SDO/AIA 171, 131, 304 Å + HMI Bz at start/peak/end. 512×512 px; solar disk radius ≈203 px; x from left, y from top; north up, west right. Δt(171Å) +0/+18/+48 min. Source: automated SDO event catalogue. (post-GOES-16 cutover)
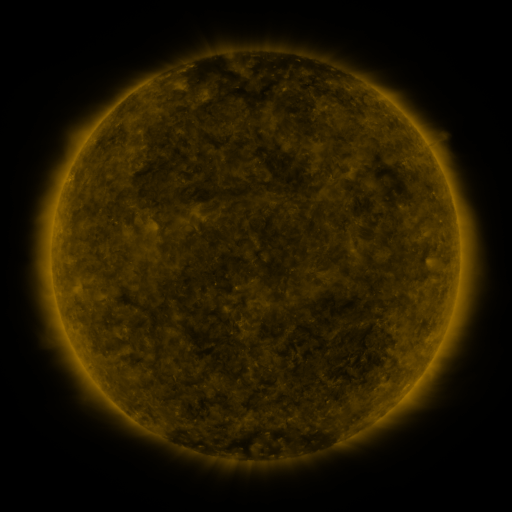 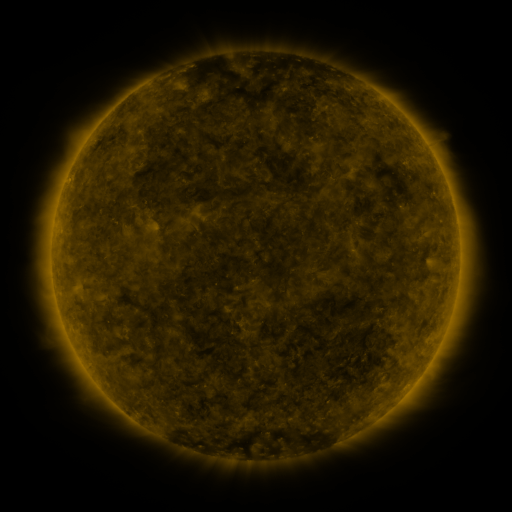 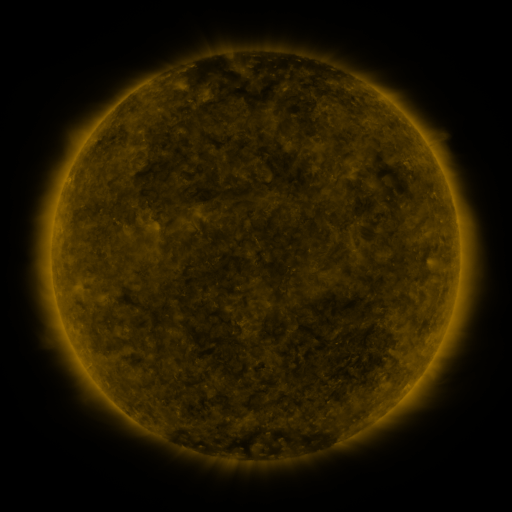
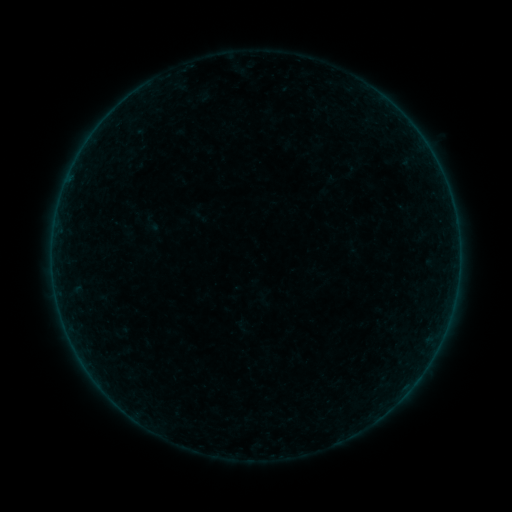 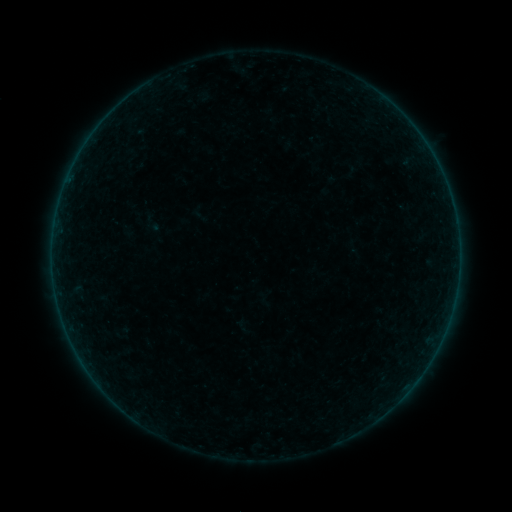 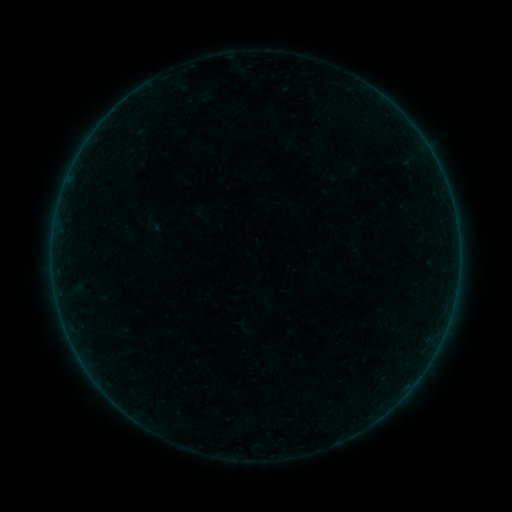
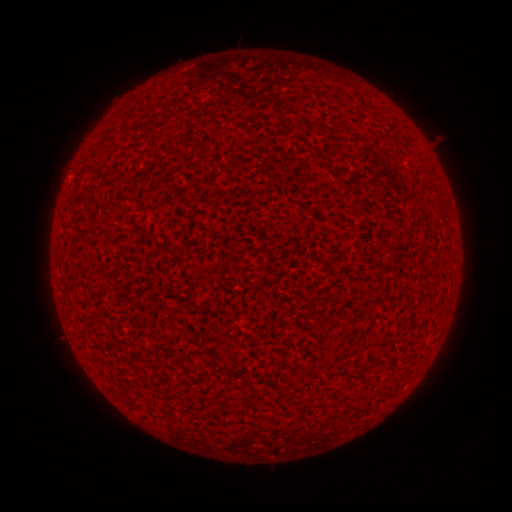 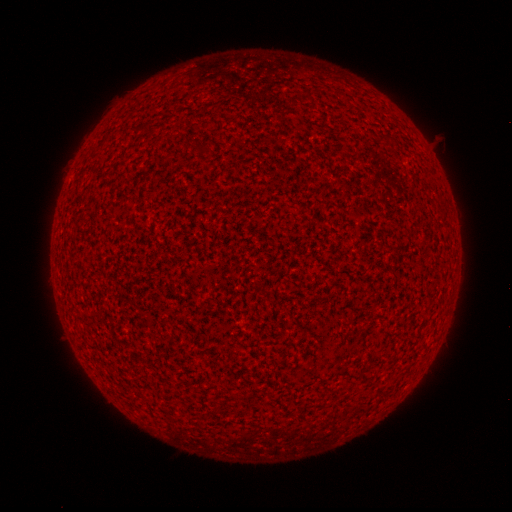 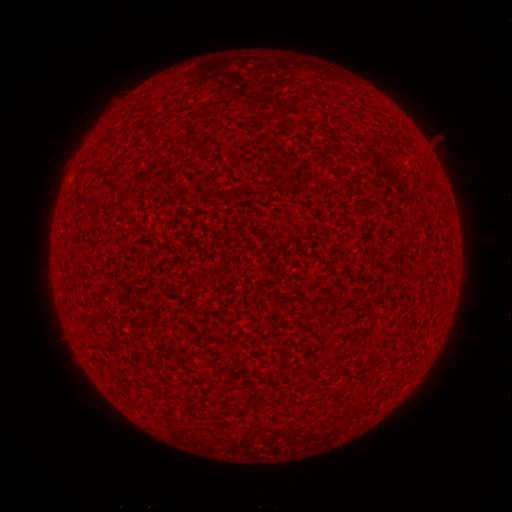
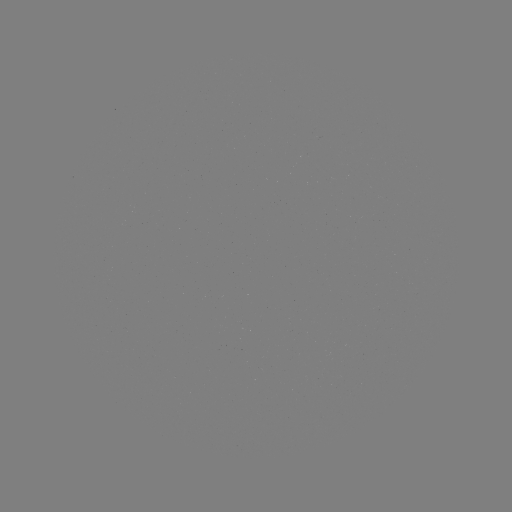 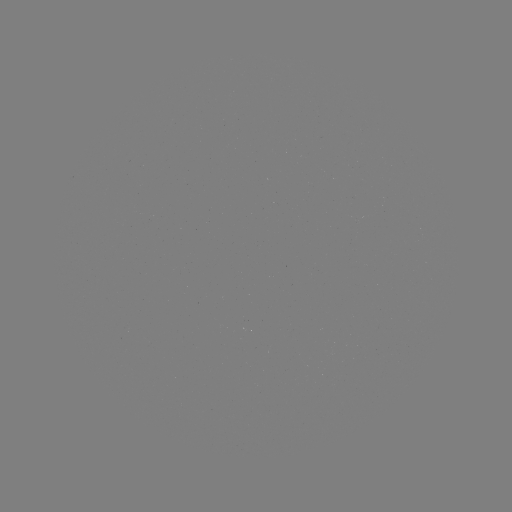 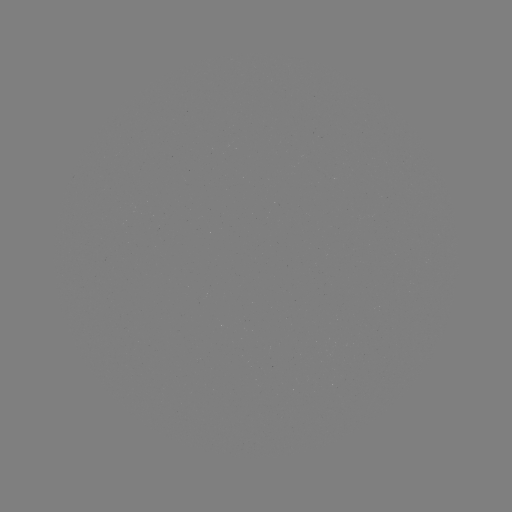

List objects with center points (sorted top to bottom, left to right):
A9.6 flare: (410, 386)
